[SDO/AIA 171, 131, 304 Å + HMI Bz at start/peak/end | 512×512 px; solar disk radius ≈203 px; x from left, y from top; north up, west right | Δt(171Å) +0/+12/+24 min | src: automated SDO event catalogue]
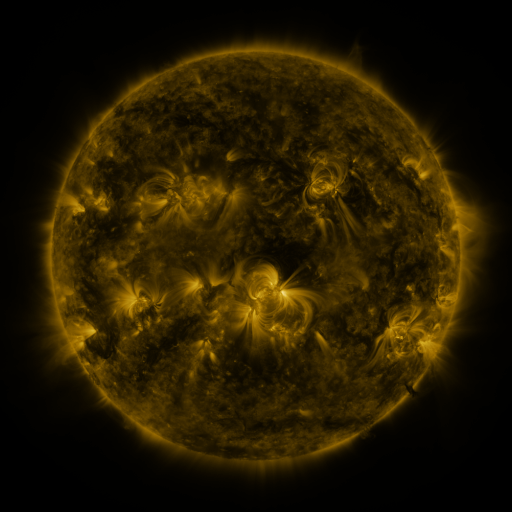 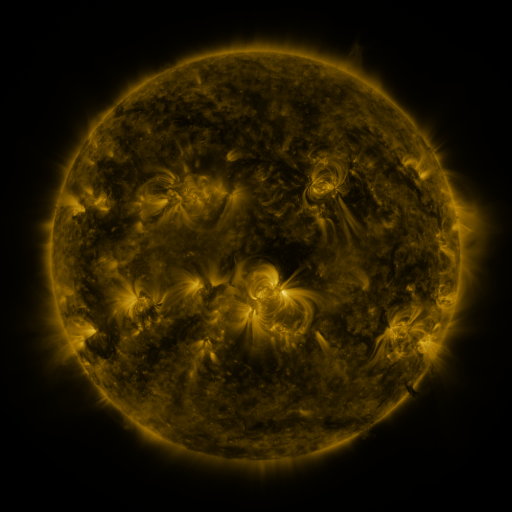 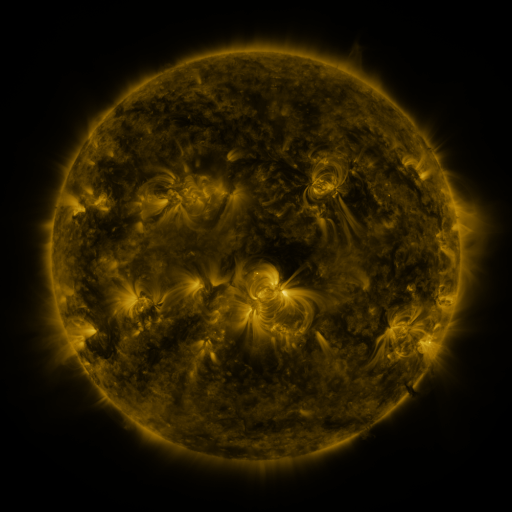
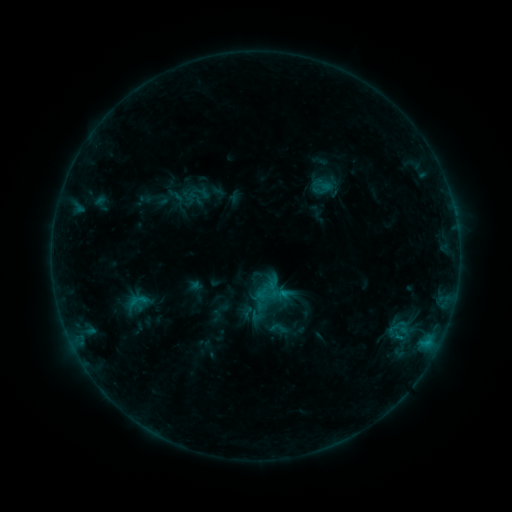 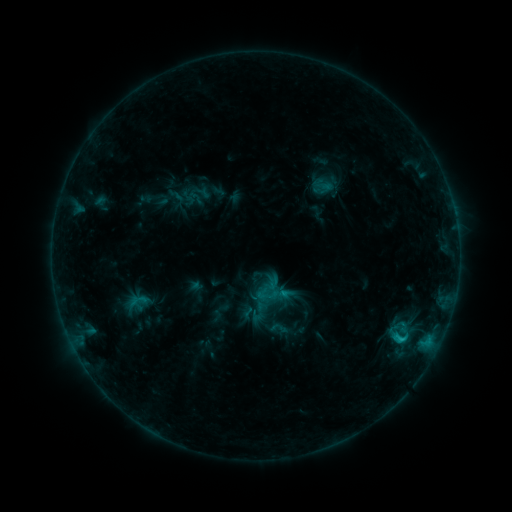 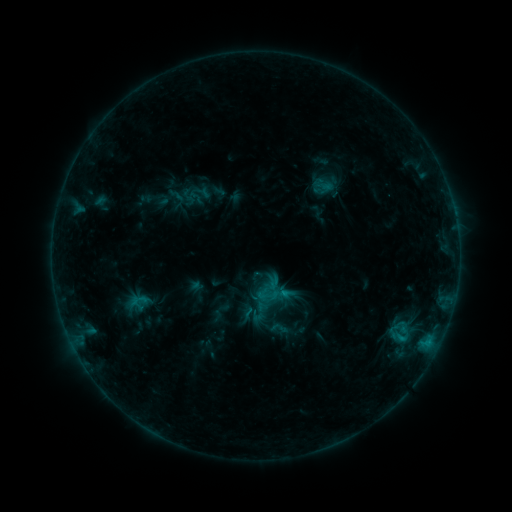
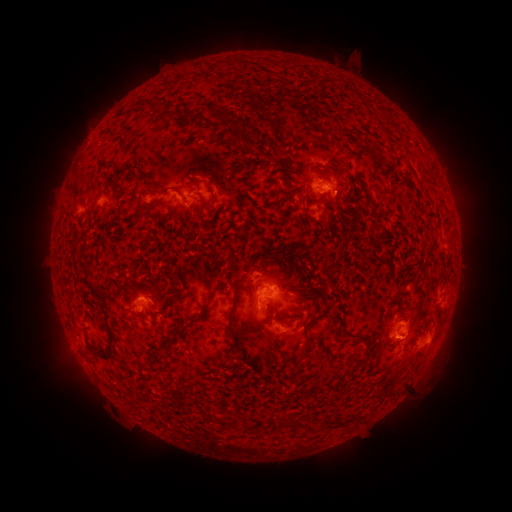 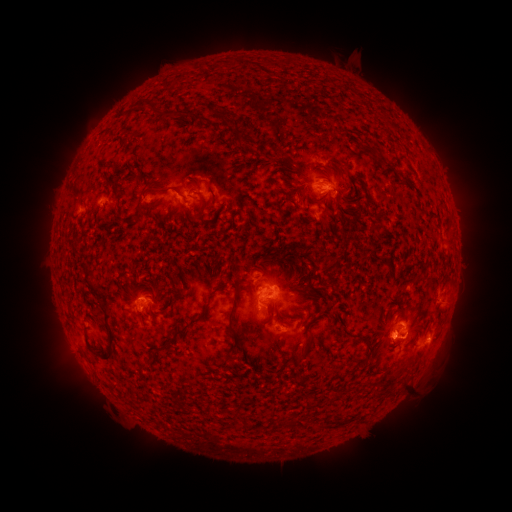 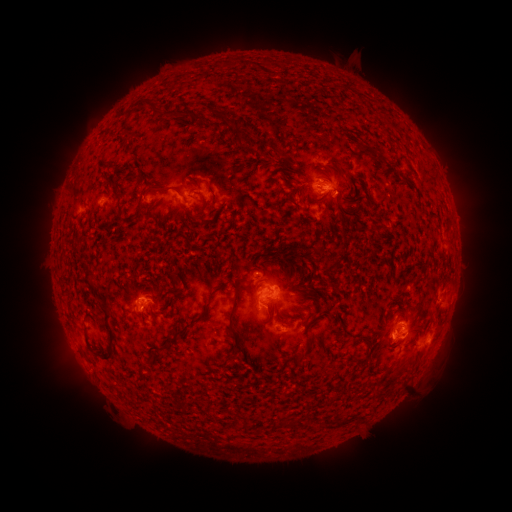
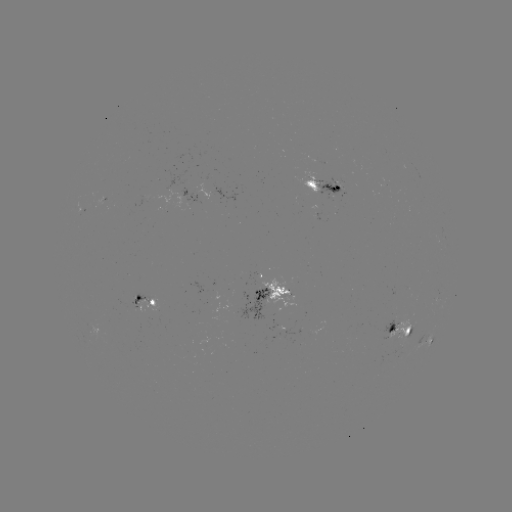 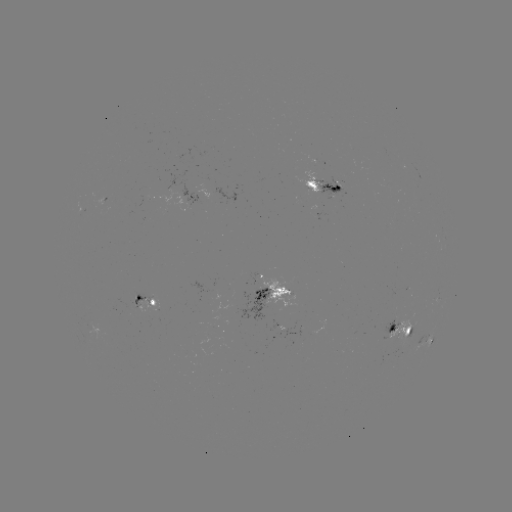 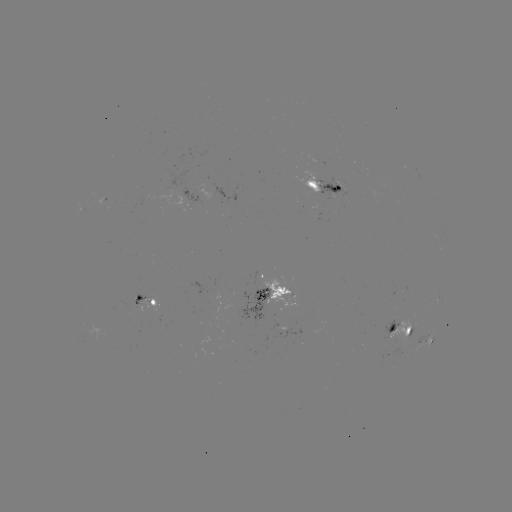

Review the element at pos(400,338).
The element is C1.0 flare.